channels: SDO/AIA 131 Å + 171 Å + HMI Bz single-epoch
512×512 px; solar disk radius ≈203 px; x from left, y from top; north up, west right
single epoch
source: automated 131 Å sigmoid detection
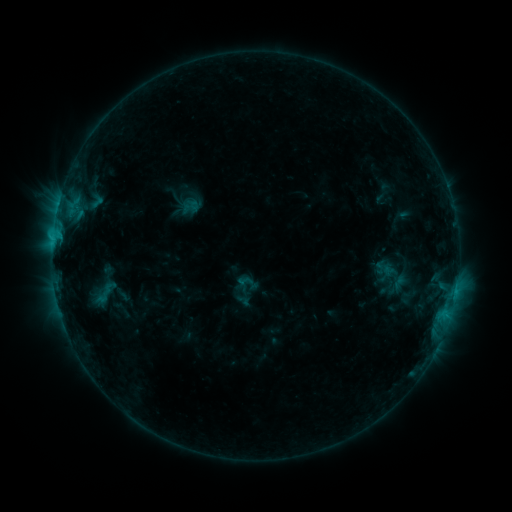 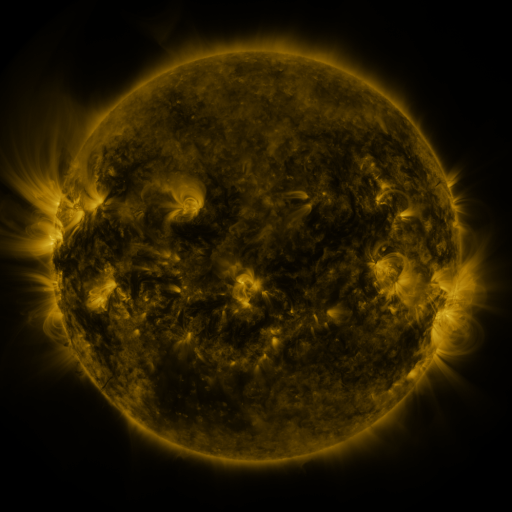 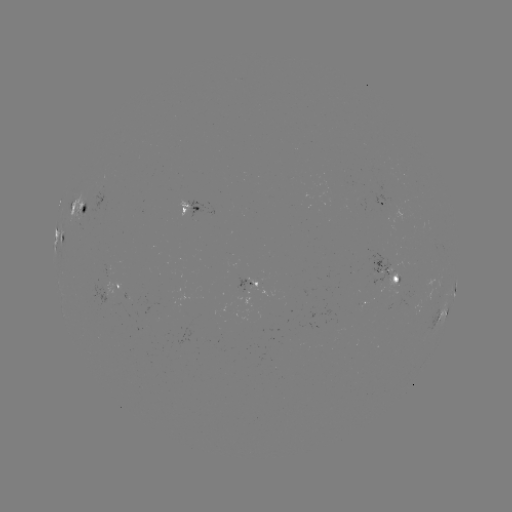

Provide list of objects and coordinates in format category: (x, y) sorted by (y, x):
sigmoid: (247, 282)
